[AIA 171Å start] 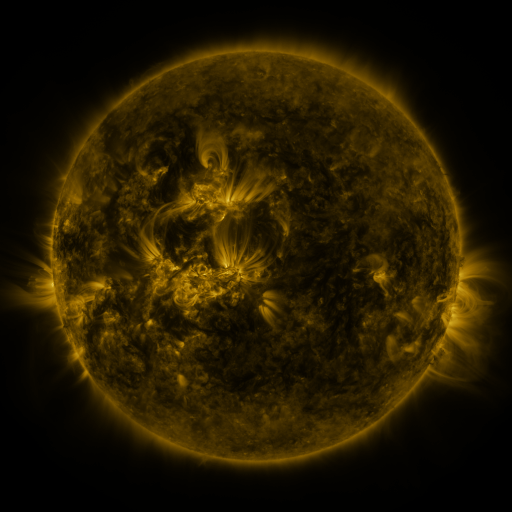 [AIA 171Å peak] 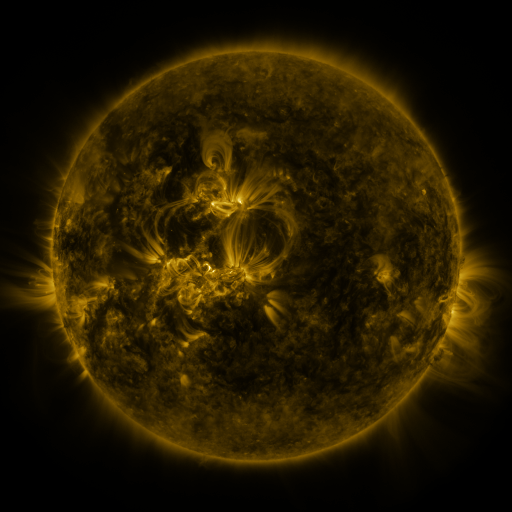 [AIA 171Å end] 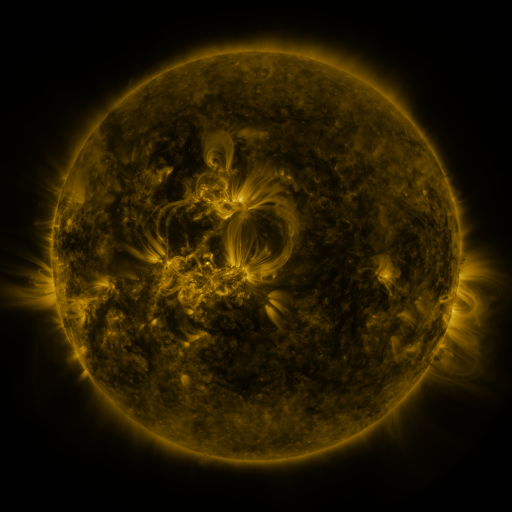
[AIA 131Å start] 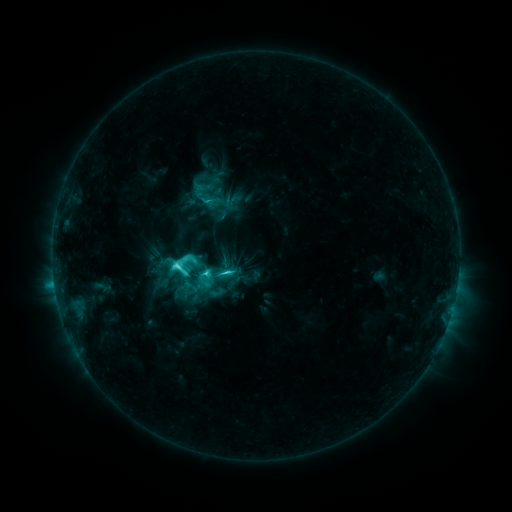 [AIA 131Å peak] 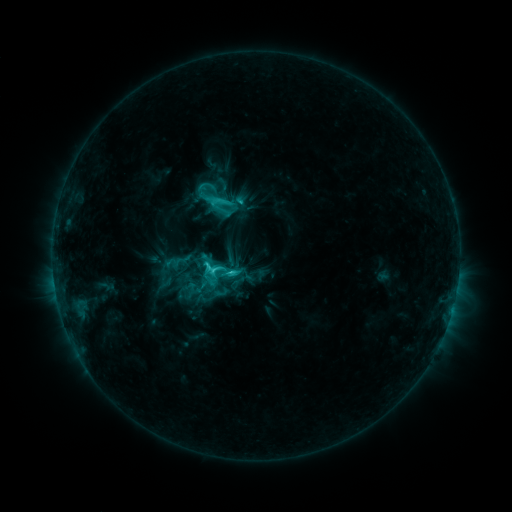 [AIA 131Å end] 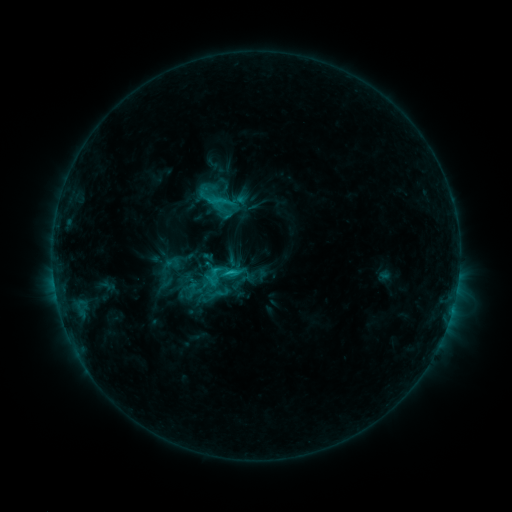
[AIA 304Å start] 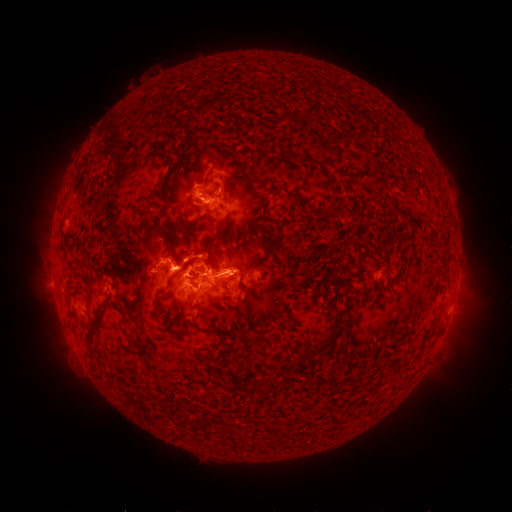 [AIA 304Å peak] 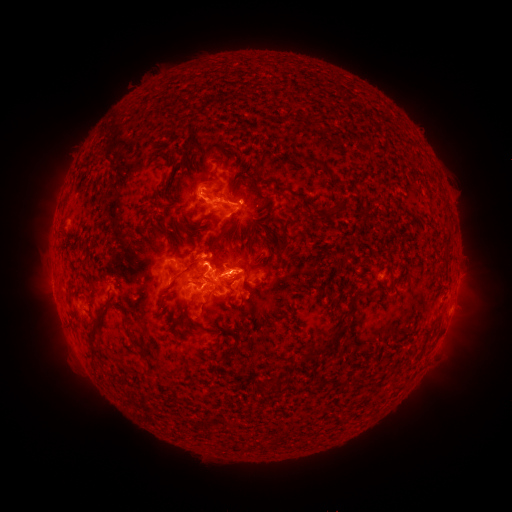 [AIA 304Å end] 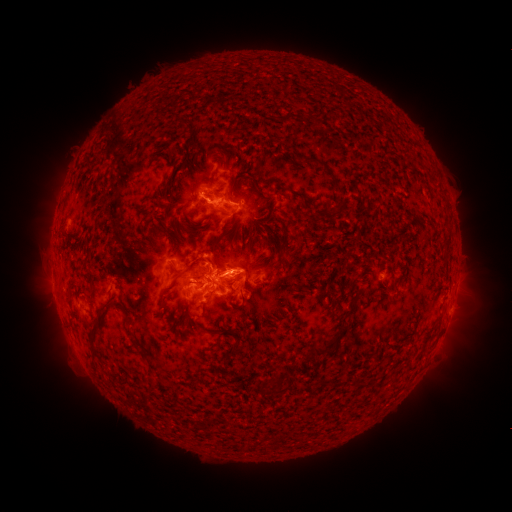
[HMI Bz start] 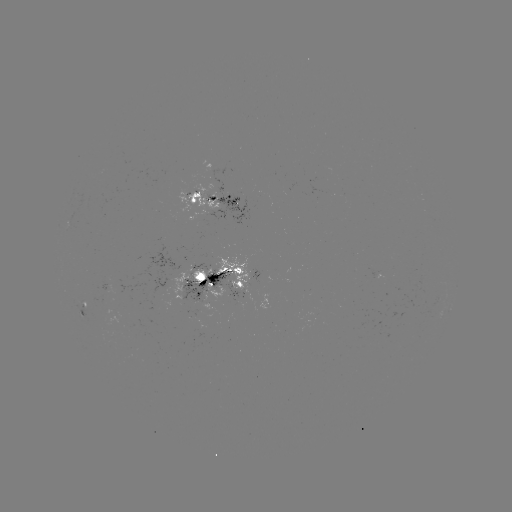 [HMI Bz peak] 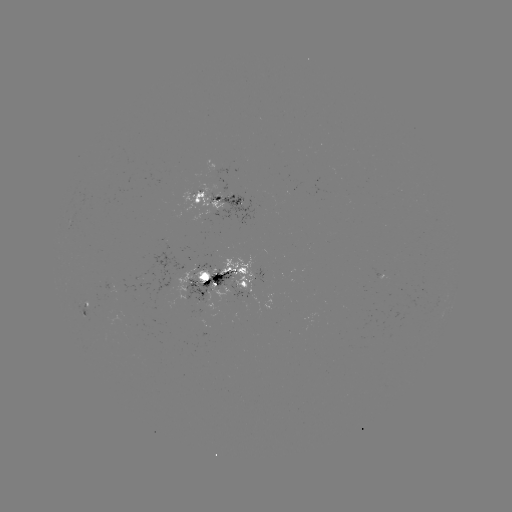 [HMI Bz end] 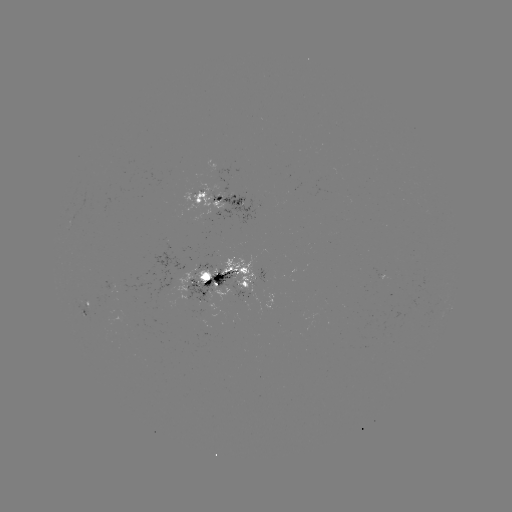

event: emerging-flux region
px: (243, 285)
